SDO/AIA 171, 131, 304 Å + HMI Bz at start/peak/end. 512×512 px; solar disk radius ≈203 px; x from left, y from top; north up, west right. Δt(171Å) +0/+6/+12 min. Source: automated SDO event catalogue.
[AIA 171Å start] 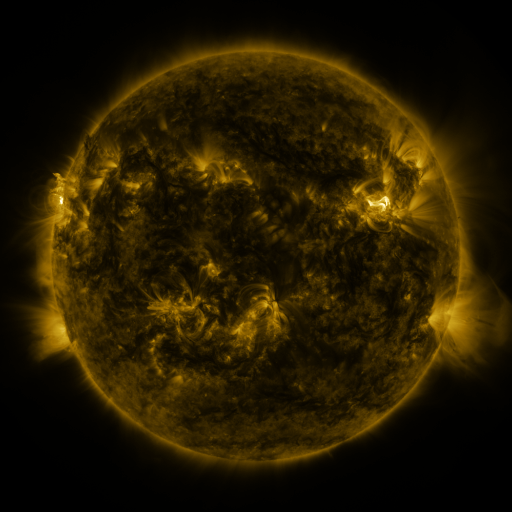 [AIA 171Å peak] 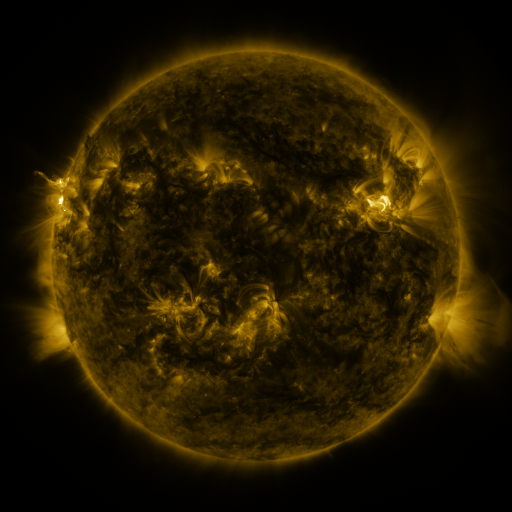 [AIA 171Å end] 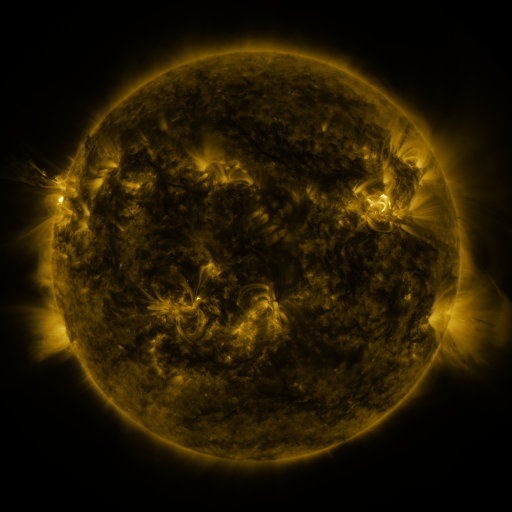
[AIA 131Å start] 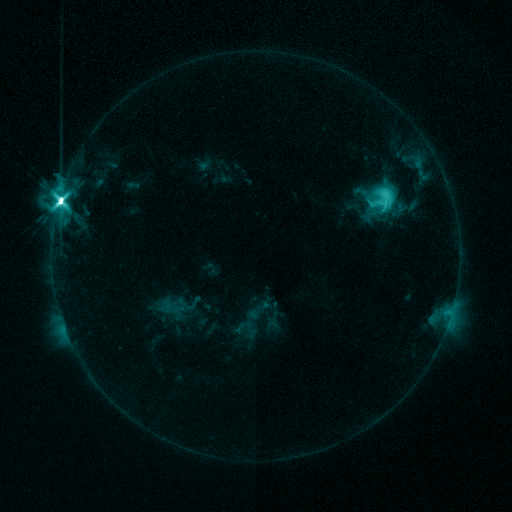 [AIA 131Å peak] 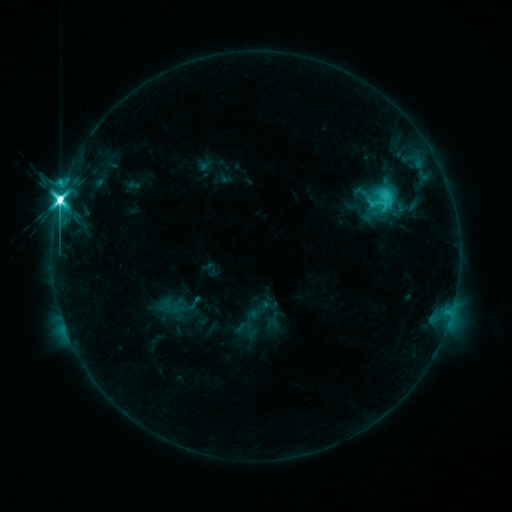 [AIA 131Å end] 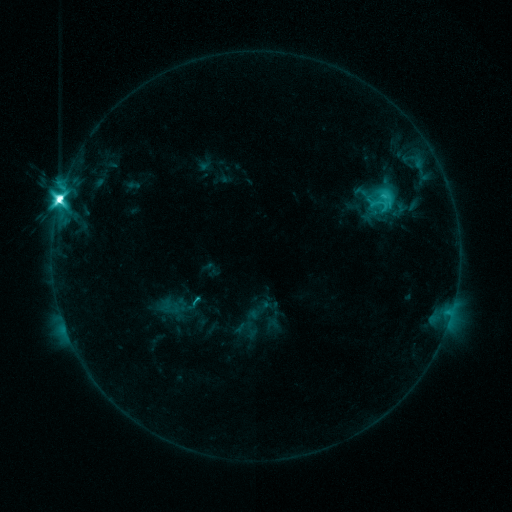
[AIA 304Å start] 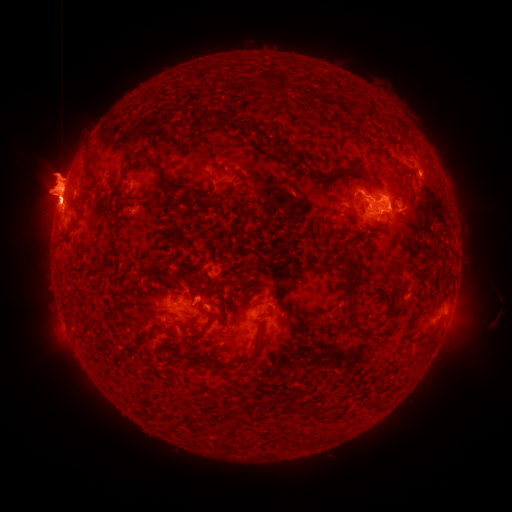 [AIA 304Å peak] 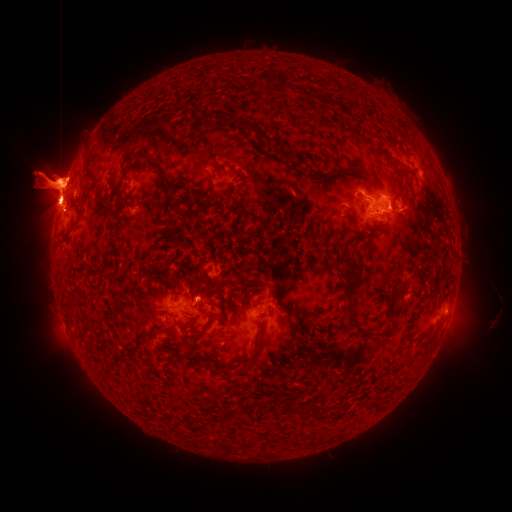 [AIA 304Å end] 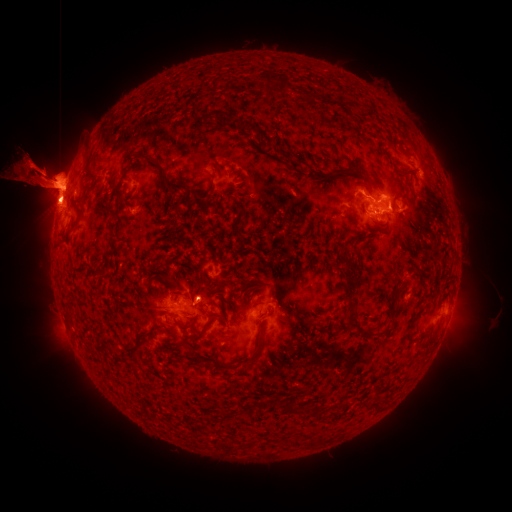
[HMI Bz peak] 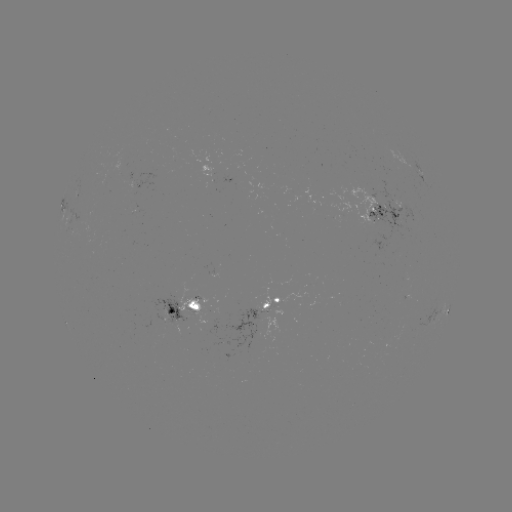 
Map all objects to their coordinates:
eruption: (461, 328)
